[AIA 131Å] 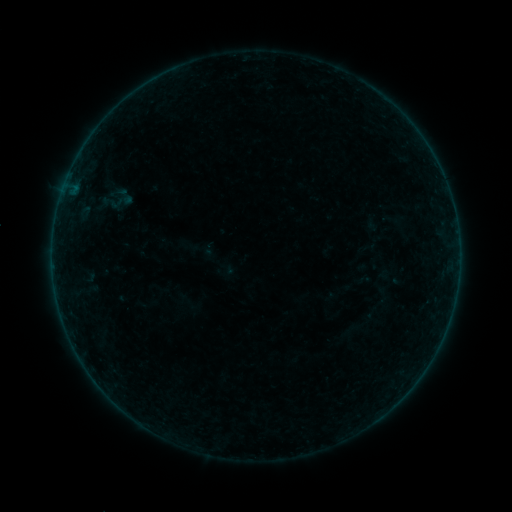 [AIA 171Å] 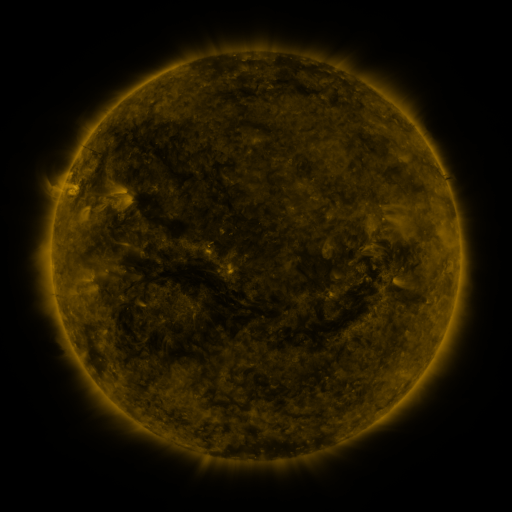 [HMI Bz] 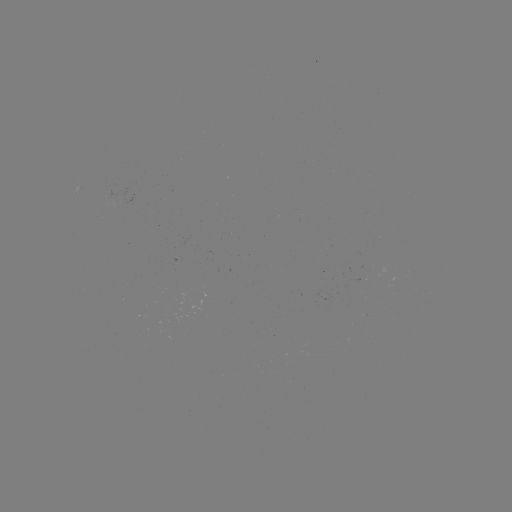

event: sigmoid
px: (120, 202)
